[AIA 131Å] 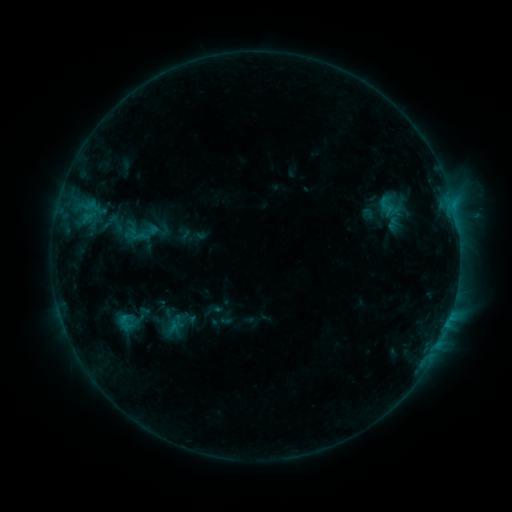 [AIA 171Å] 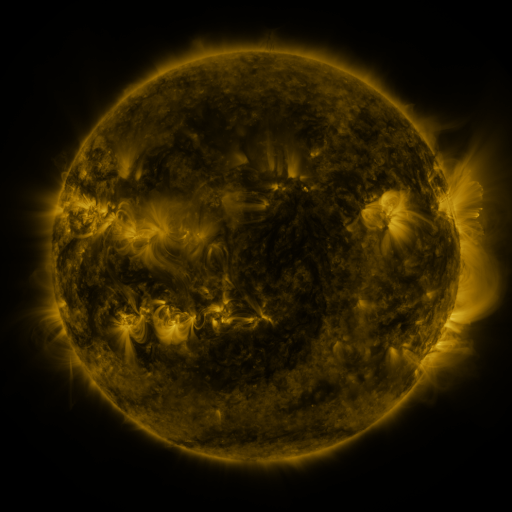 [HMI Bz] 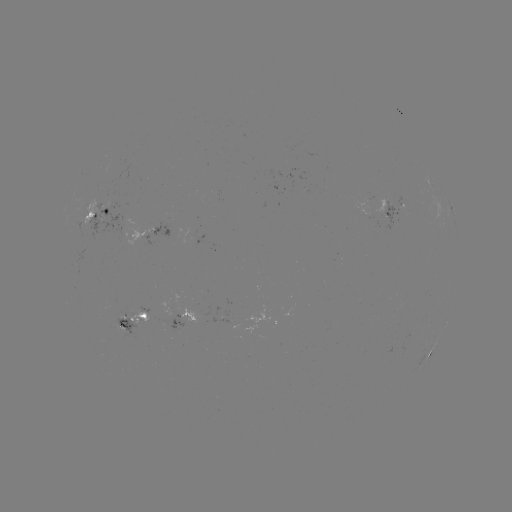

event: sigmoid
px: (387, 206)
